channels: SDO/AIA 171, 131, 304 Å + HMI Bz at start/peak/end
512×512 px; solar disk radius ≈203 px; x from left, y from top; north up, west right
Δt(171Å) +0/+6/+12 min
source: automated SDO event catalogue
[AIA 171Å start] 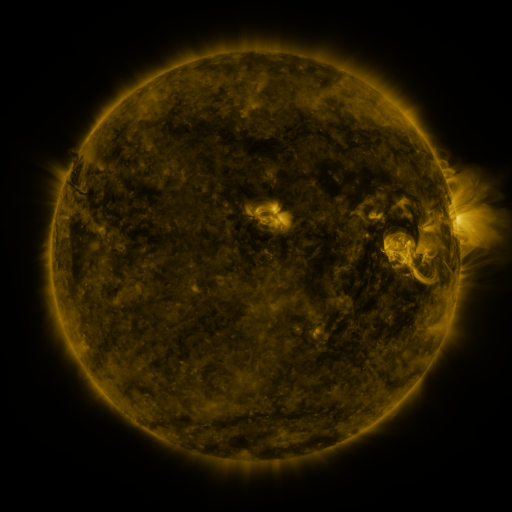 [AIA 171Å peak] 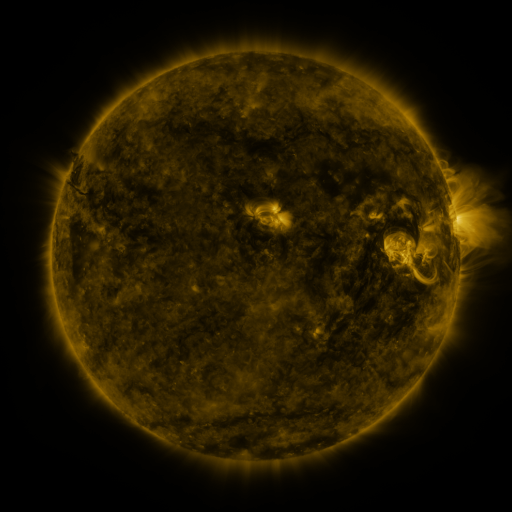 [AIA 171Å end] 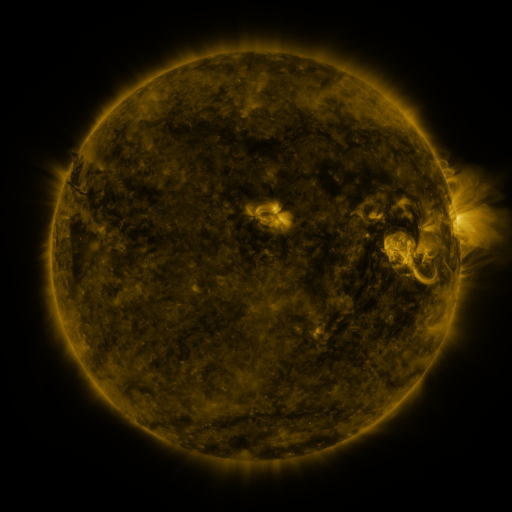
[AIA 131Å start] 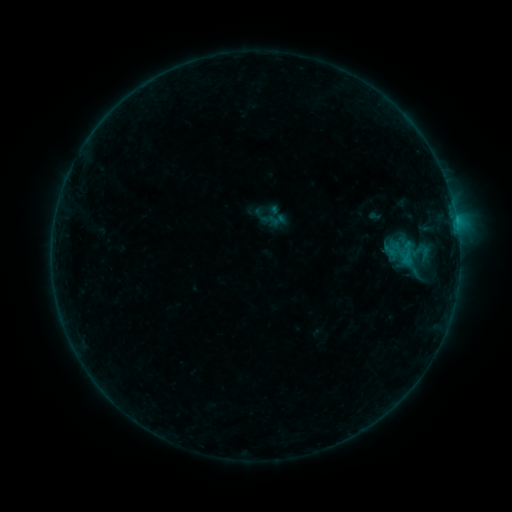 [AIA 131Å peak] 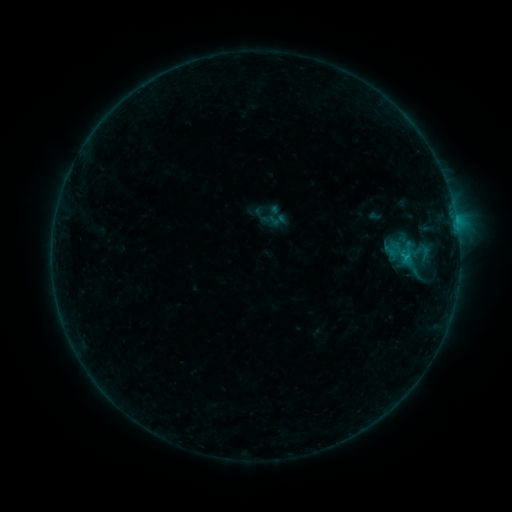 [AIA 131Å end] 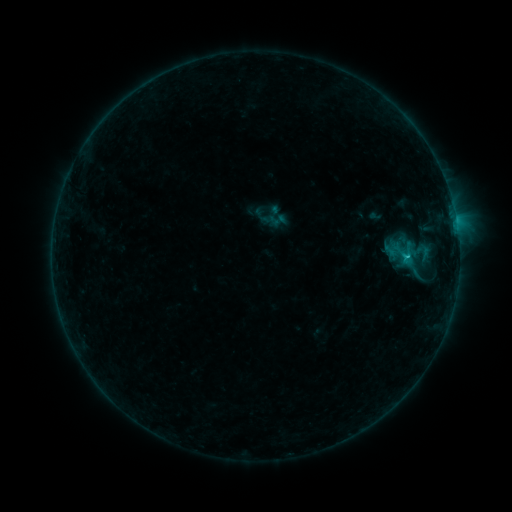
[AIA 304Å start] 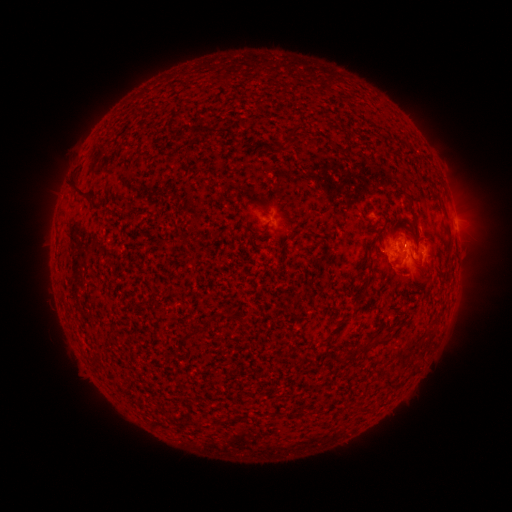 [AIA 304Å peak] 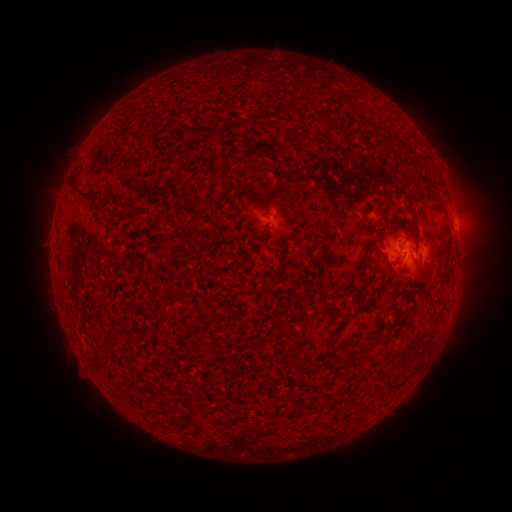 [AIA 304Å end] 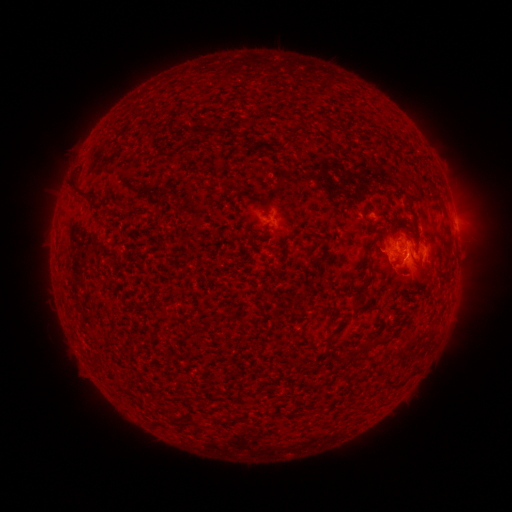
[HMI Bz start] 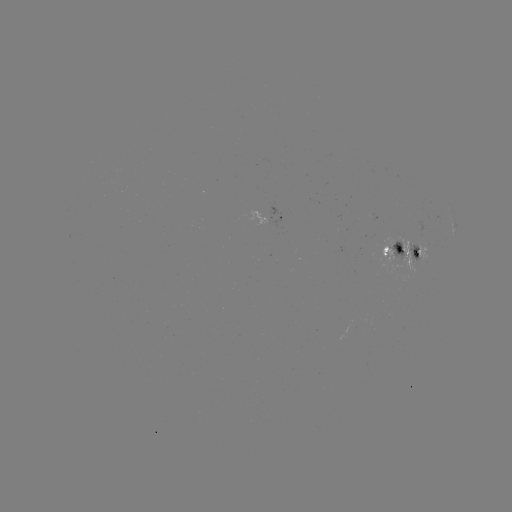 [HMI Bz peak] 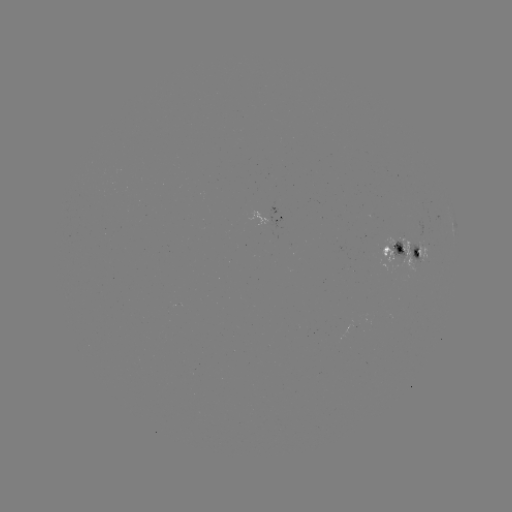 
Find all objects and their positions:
C1.0 flare: (404, 260)
